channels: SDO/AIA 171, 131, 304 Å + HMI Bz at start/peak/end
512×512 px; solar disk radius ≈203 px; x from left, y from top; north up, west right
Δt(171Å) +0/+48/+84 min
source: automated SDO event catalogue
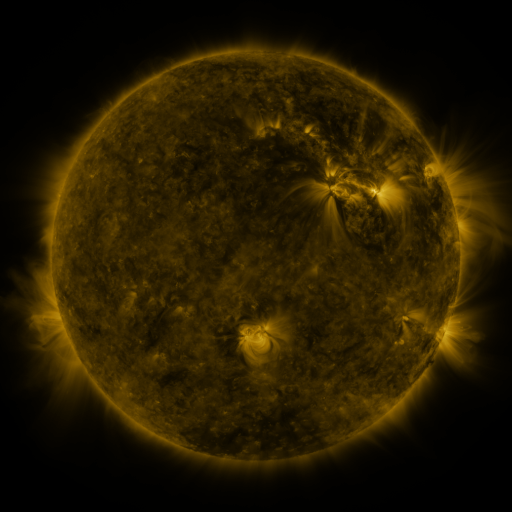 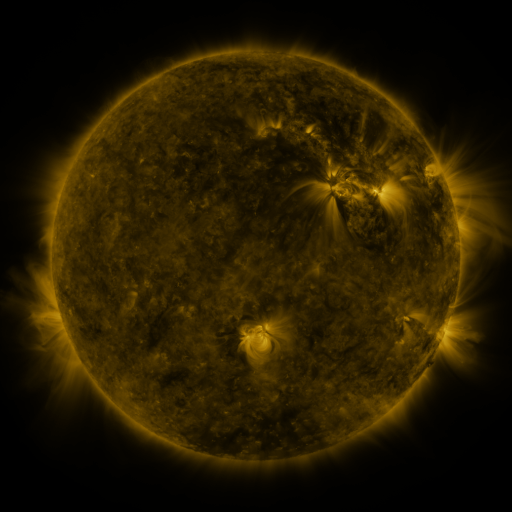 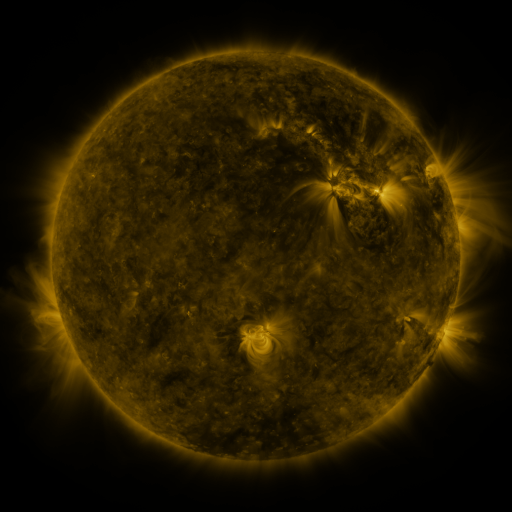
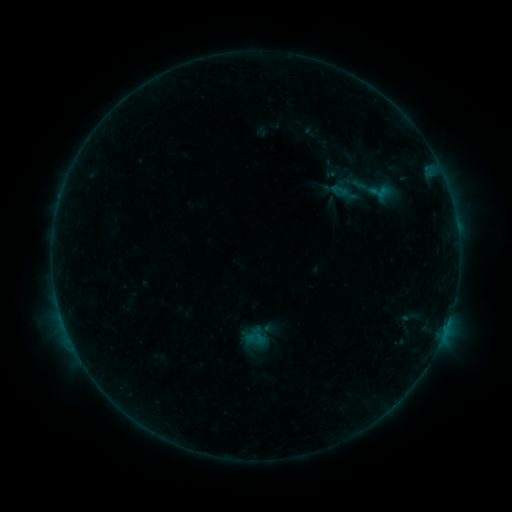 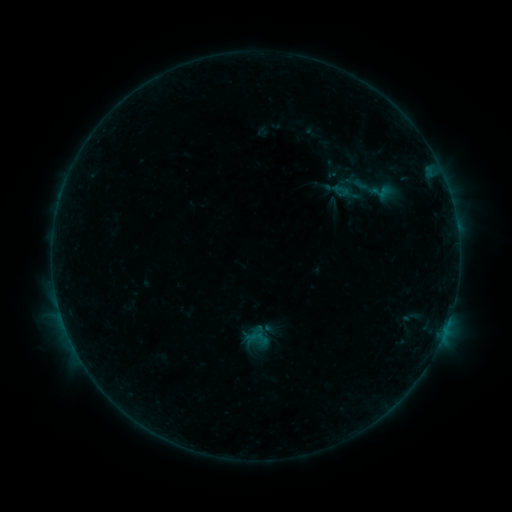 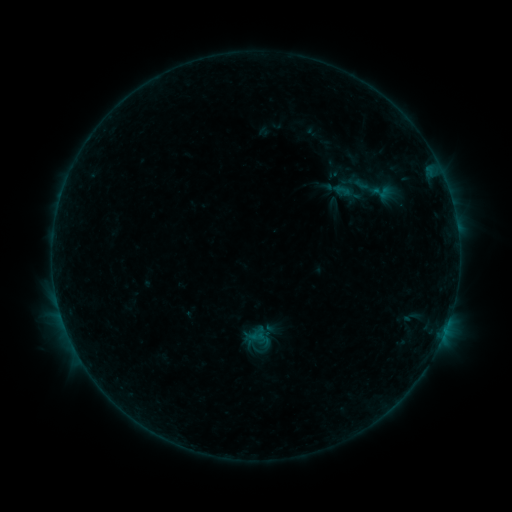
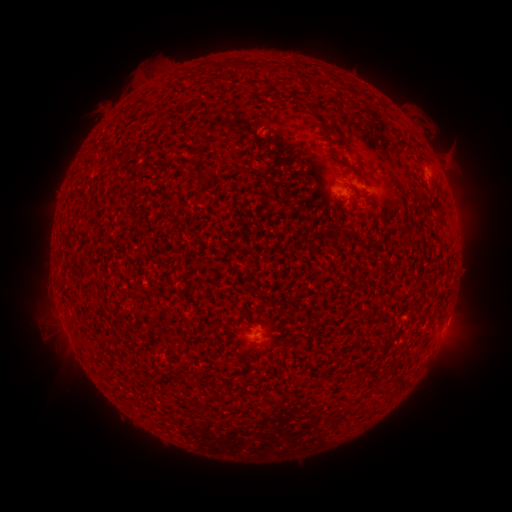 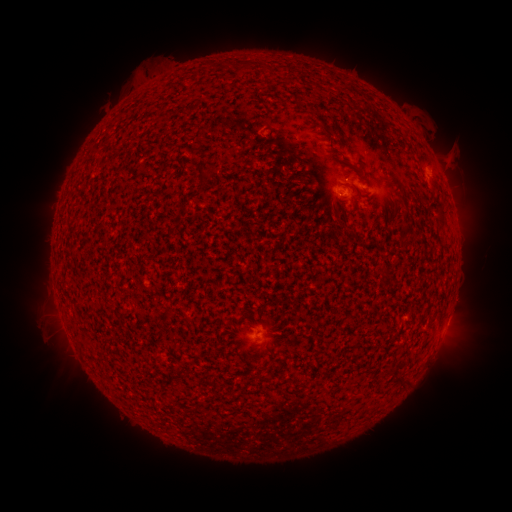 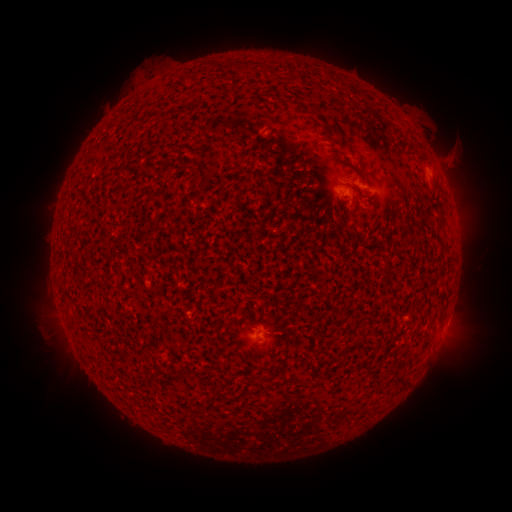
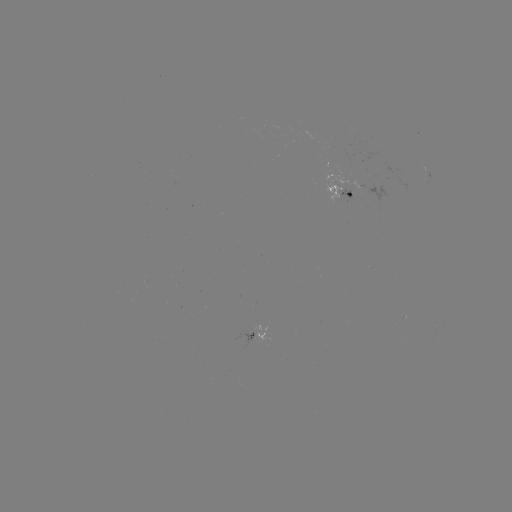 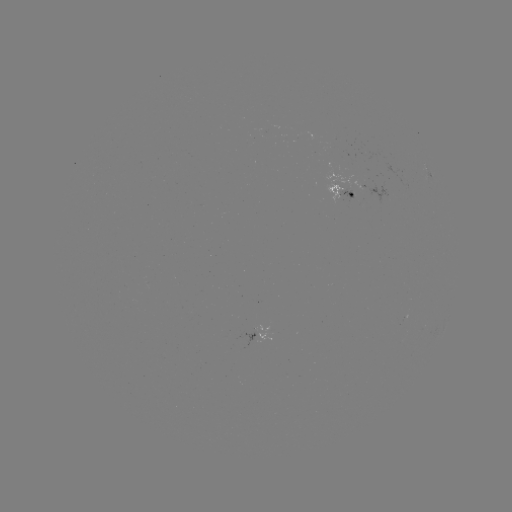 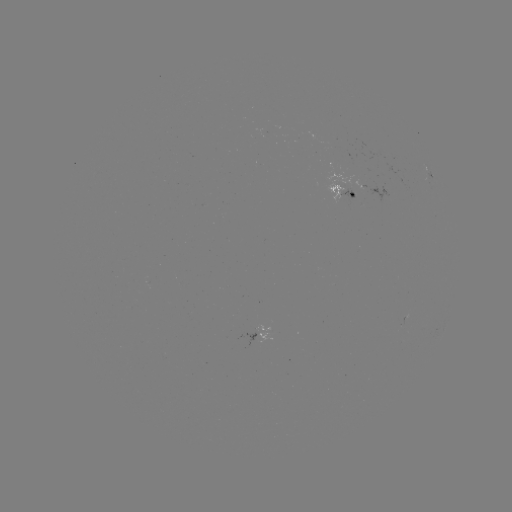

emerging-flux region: [339, 188, 353, 199]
